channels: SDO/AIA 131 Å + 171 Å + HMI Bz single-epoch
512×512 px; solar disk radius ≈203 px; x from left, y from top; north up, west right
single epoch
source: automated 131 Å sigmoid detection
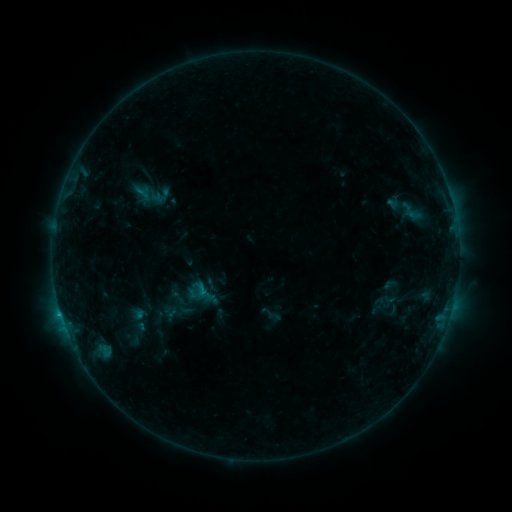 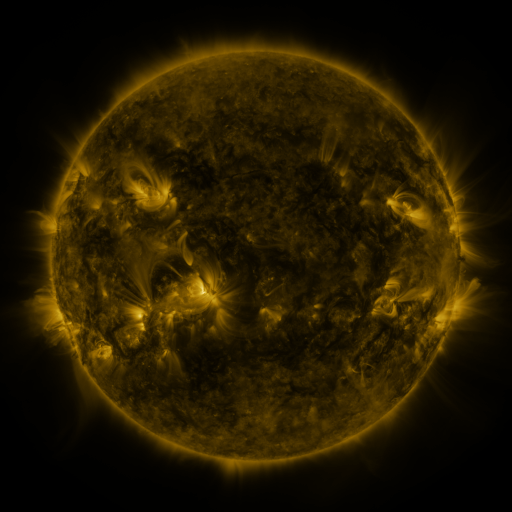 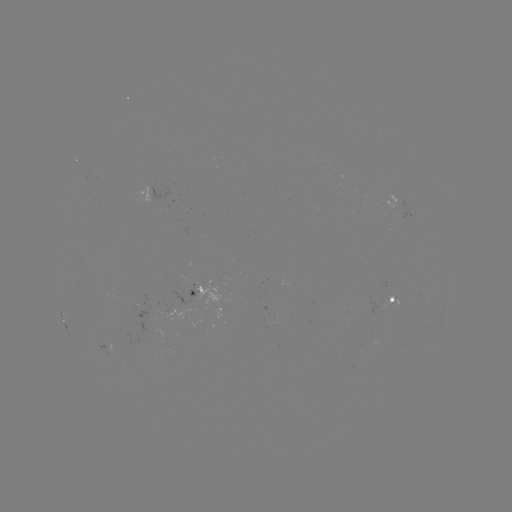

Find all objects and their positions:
sigmoid: (152, 192)
sigmoid: (412, 211)
